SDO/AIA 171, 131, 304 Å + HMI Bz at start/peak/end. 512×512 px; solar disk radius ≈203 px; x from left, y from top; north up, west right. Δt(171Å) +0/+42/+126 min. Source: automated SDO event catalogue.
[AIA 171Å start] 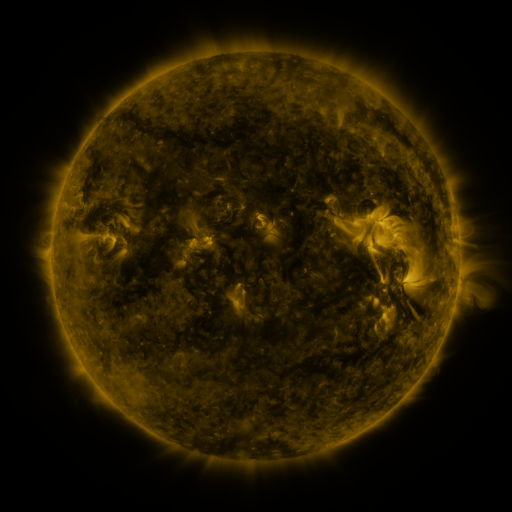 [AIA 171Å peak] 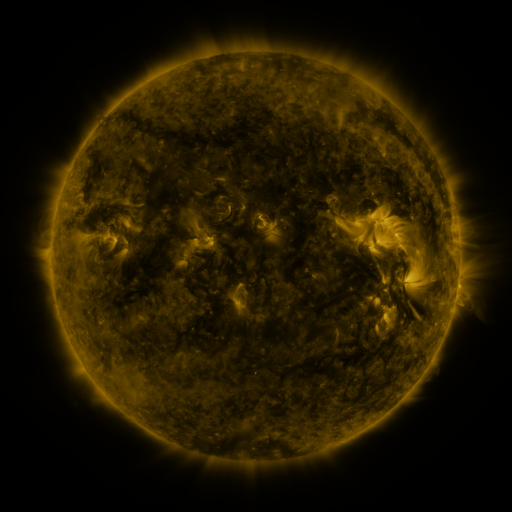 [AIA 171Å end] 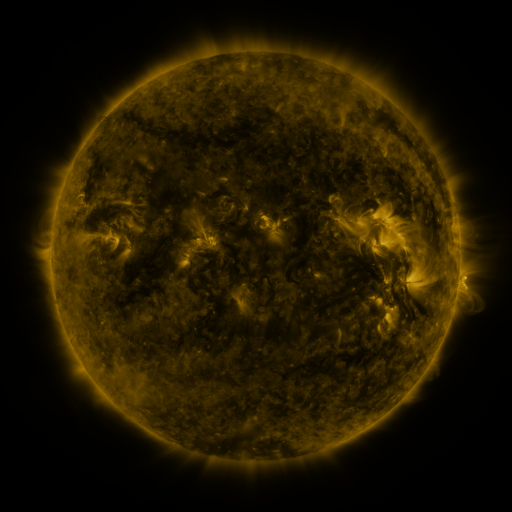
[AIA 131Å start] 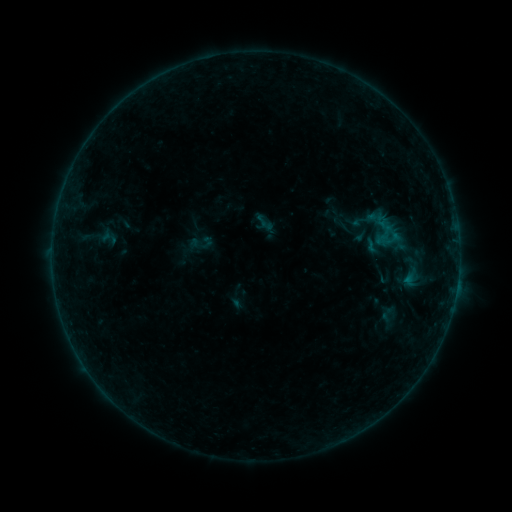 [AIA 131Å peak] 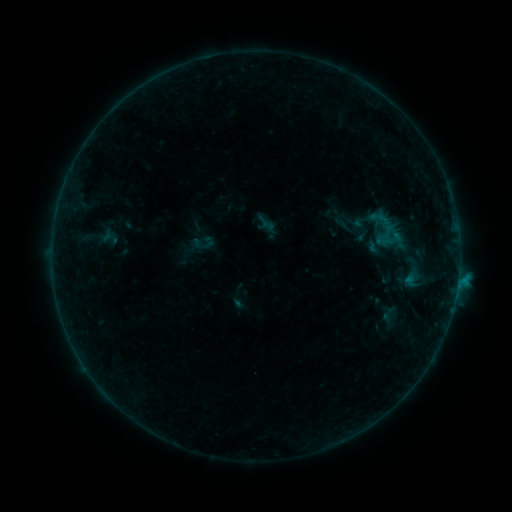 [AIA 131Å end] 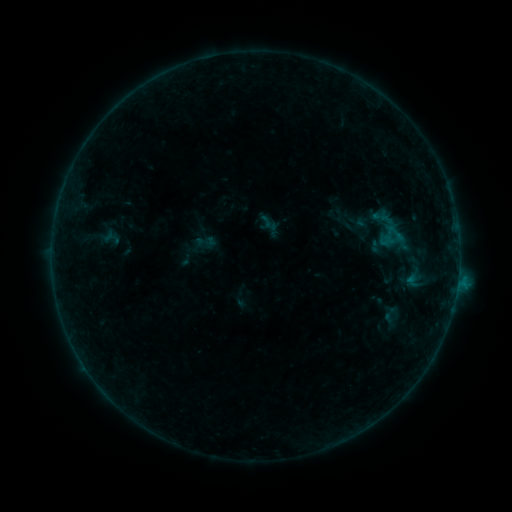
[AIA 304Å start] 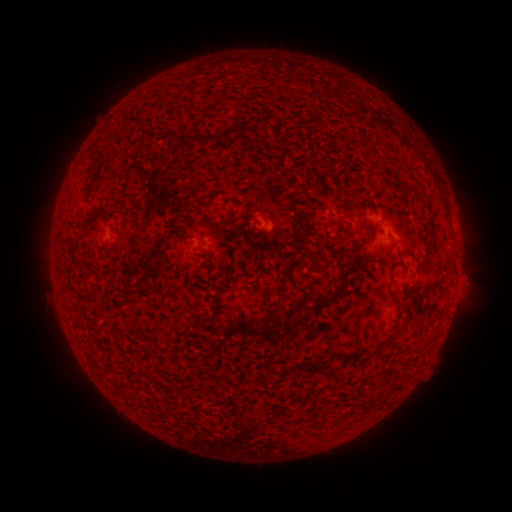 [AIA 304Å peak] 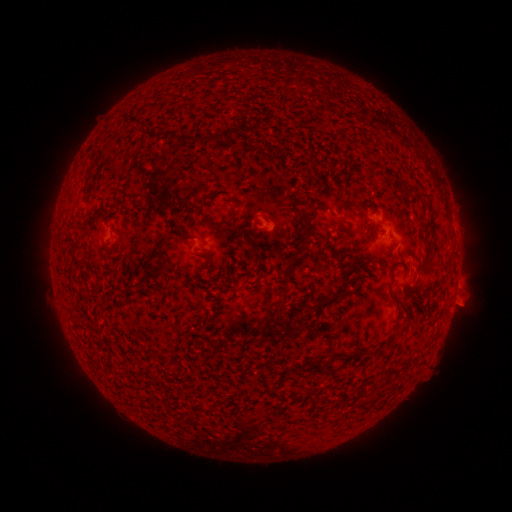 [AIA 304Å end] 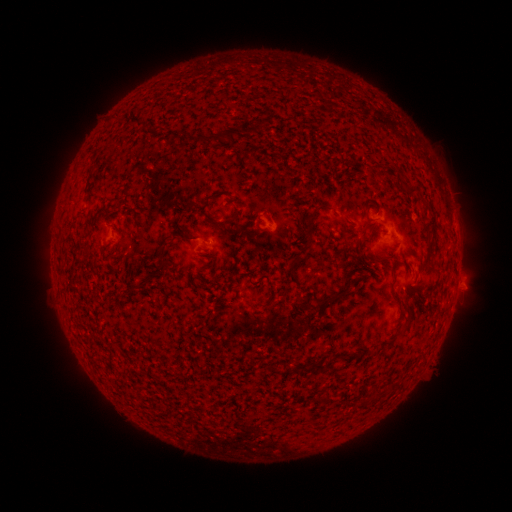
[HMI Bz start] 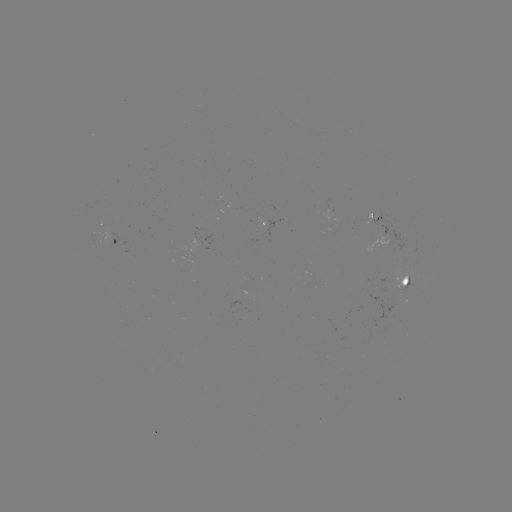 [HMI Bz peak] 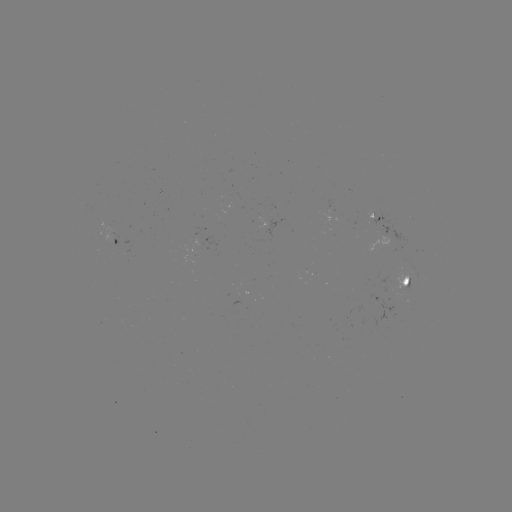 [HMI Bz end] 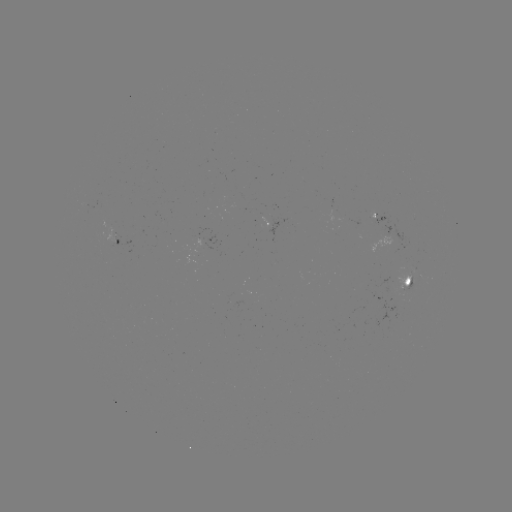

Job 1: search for B5.0 flare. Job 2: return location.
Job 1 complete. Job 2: [458, 277].